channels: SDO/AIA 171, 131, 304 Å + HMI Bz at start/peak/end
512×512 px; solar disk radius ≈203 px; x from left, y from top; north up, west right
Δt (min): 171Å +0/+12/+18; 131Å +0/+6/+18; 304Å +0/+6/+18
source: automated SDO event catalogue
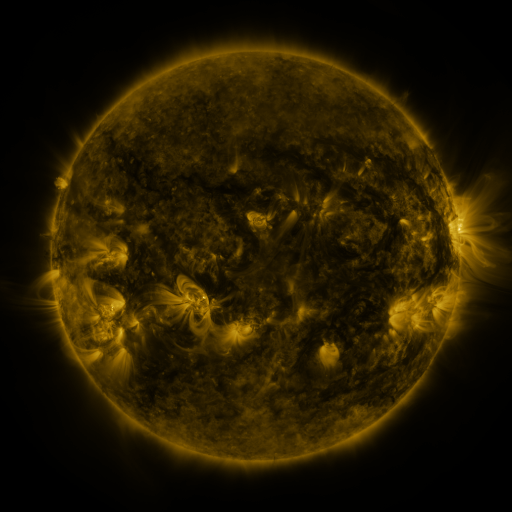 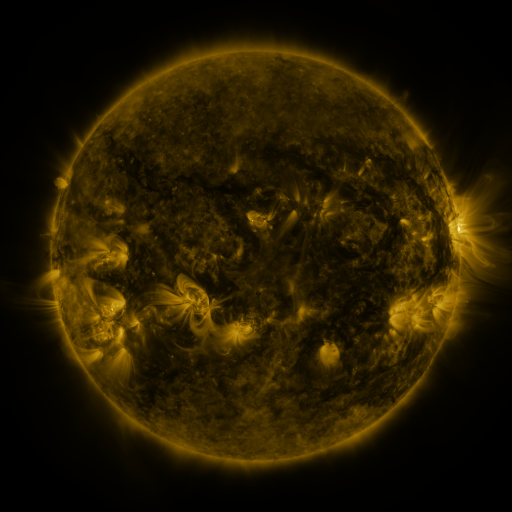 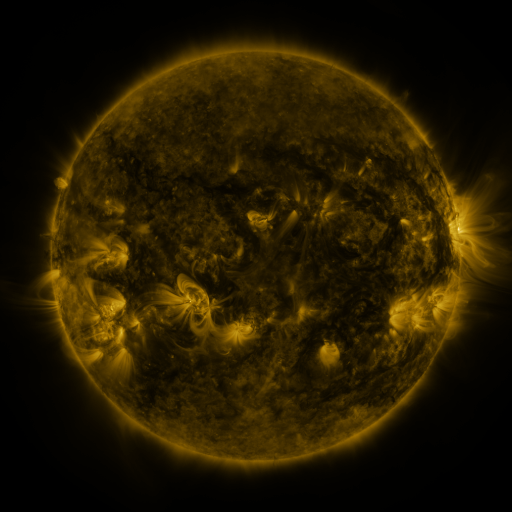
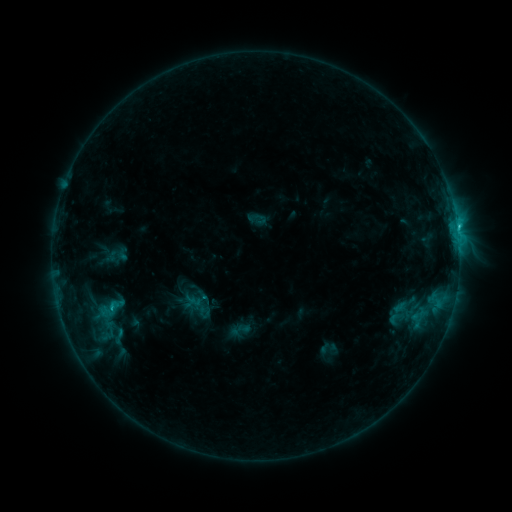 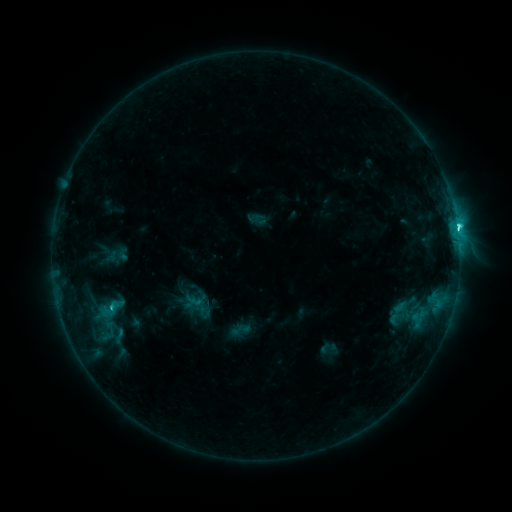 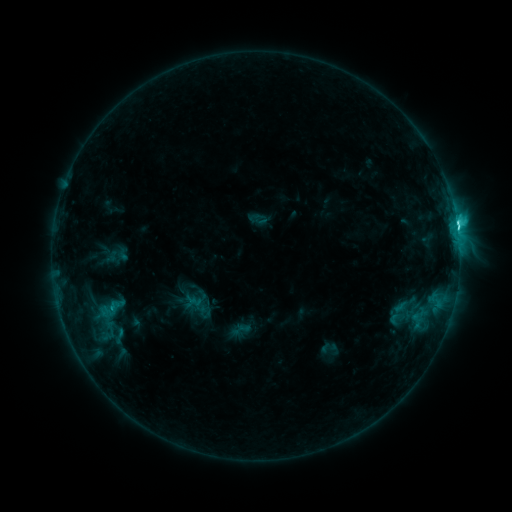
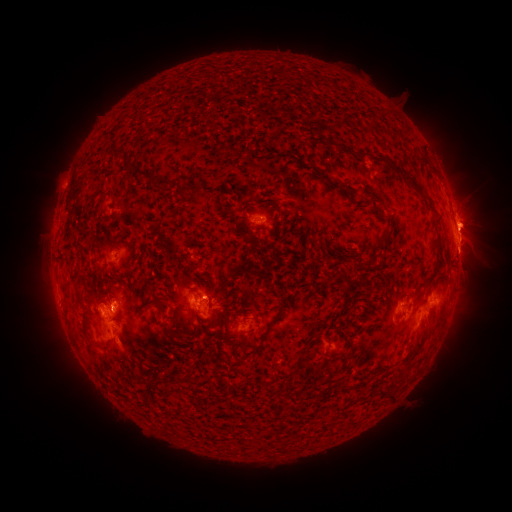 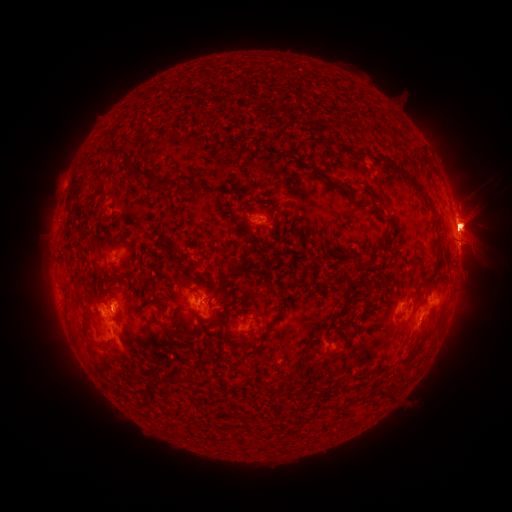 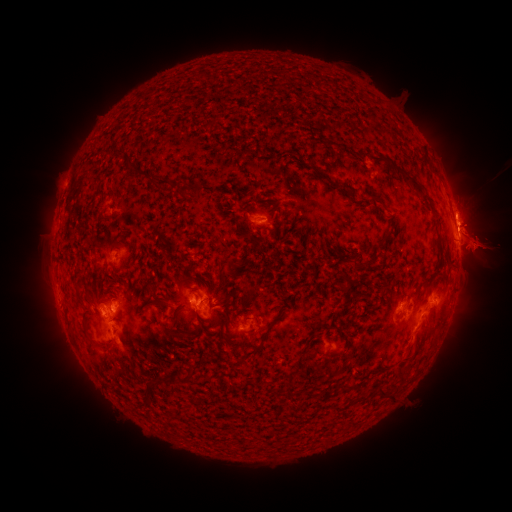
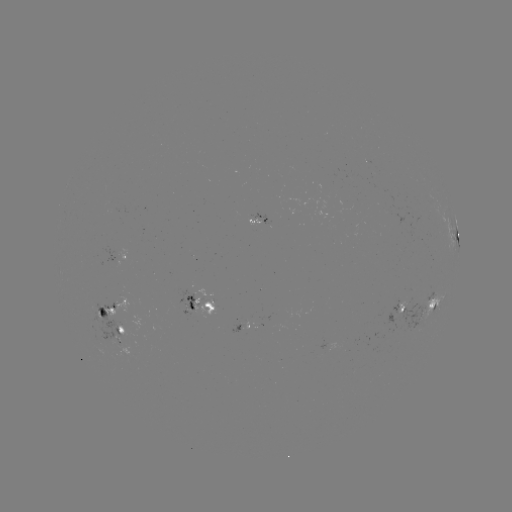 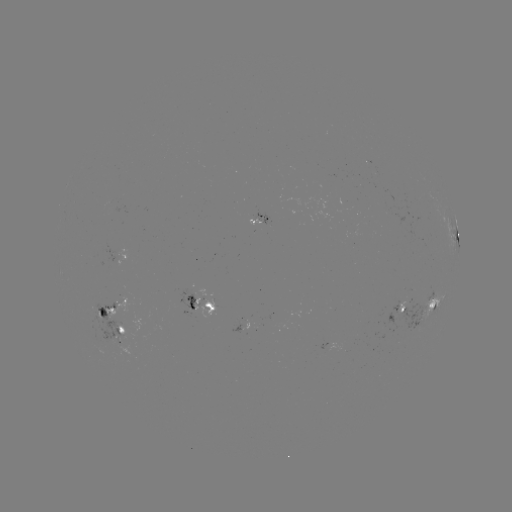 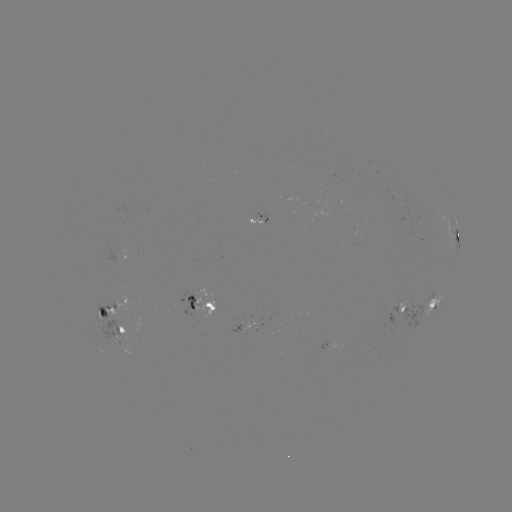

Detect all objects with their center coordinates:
C6.3 flare: (457, 231)
